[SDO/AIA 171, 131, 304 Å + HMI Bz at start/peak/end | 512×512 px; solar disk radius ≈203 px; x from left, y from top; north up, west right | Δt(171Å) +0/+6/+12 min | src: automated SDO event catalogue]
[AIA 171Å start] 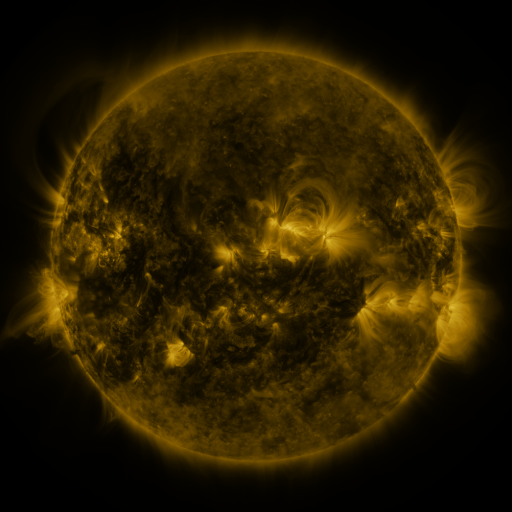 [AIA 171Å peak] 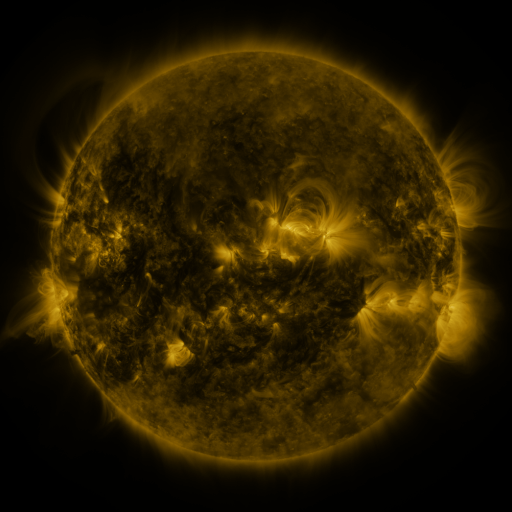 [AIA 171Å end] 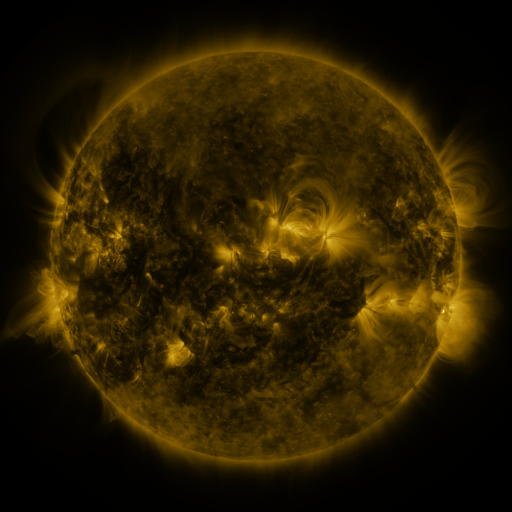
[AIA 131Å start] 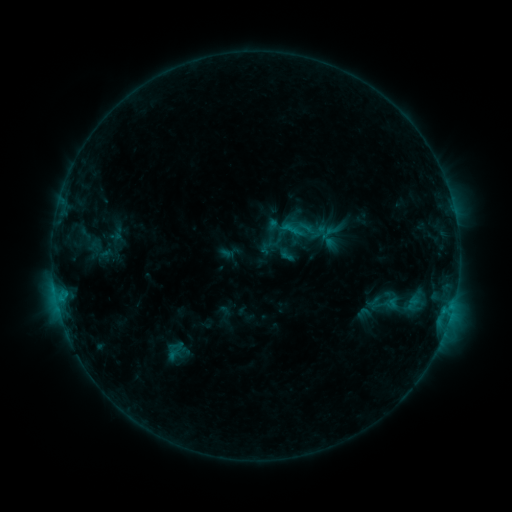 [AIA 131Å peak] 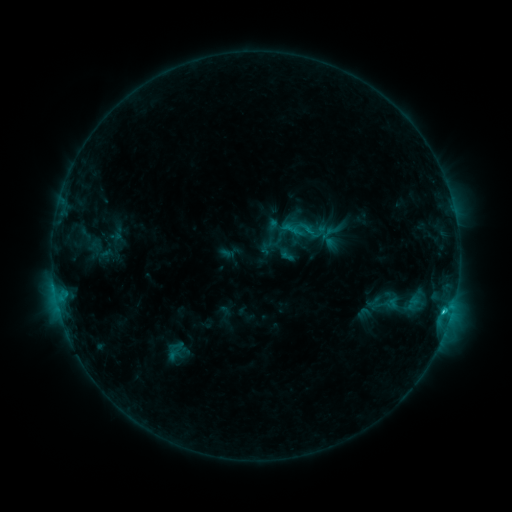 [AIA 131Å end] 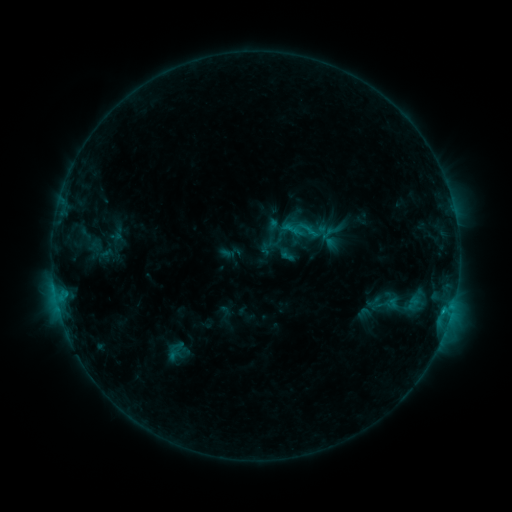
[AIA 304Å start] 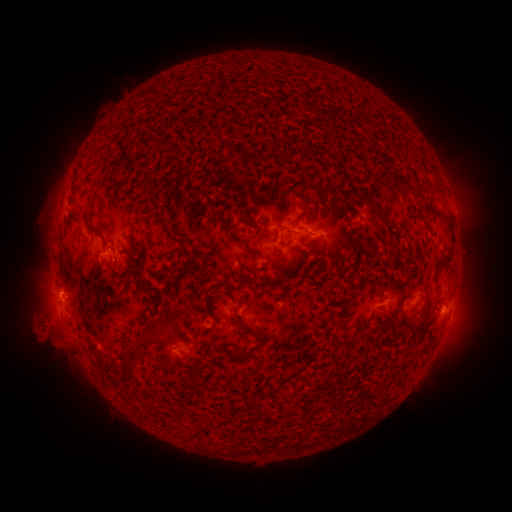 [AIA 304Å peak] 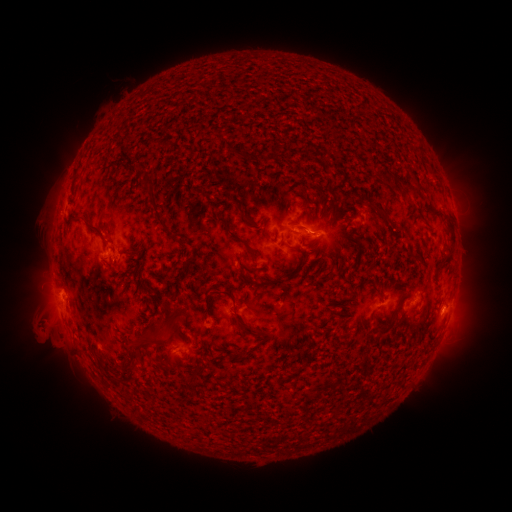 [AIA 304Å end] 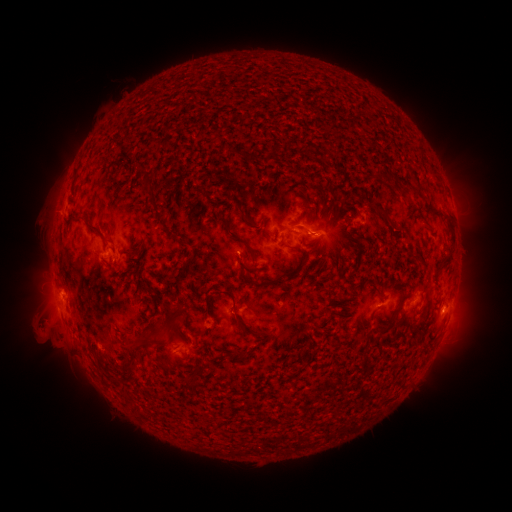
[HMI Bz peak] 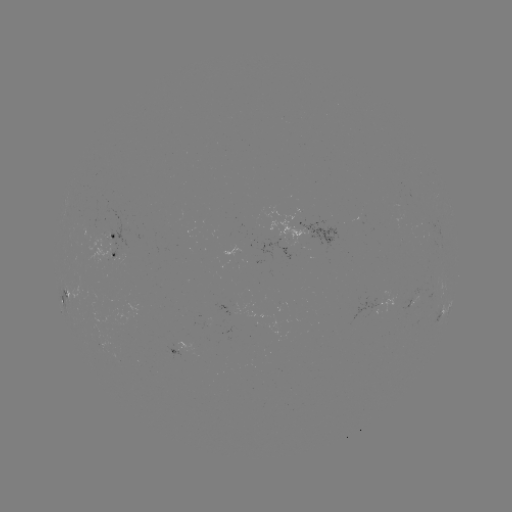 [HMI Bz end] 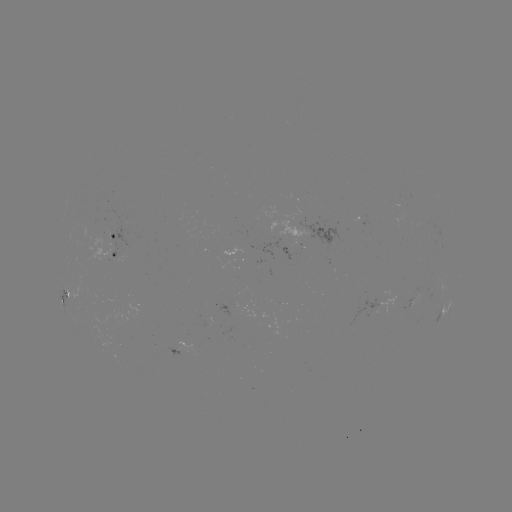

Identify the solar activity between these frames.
C1.4 flare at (307, 234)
